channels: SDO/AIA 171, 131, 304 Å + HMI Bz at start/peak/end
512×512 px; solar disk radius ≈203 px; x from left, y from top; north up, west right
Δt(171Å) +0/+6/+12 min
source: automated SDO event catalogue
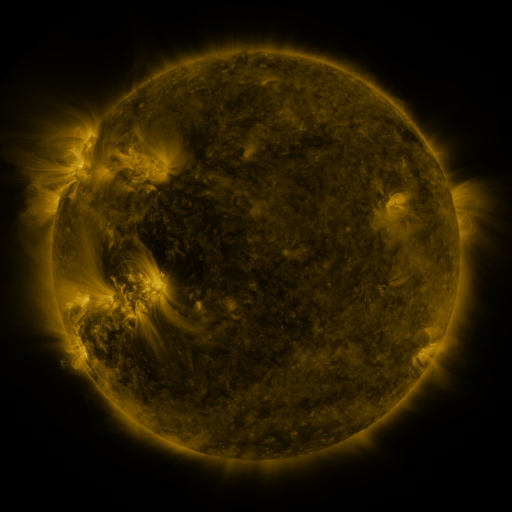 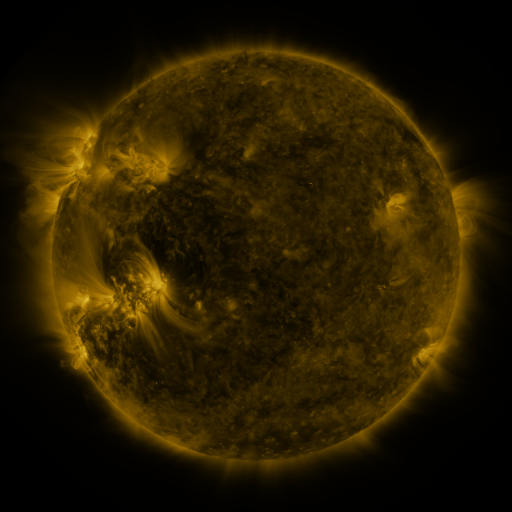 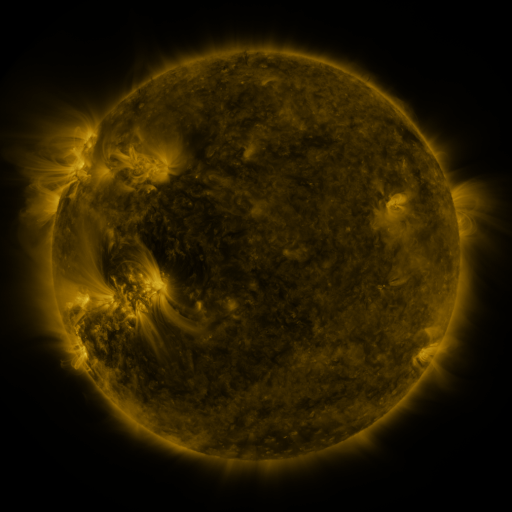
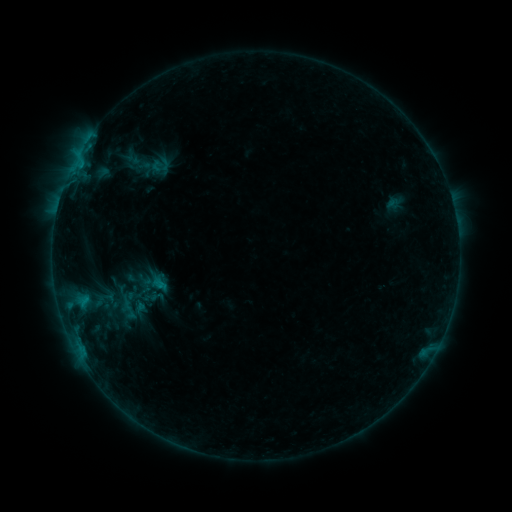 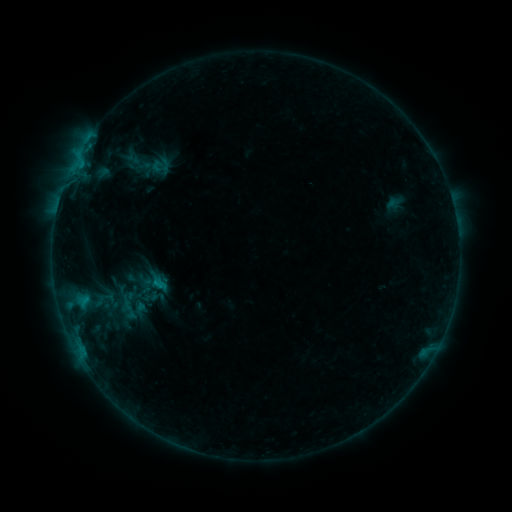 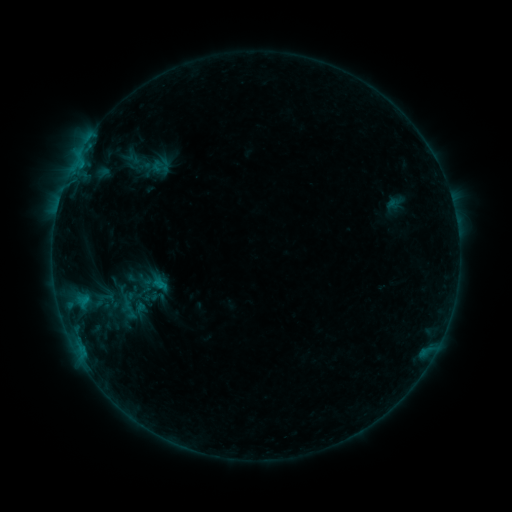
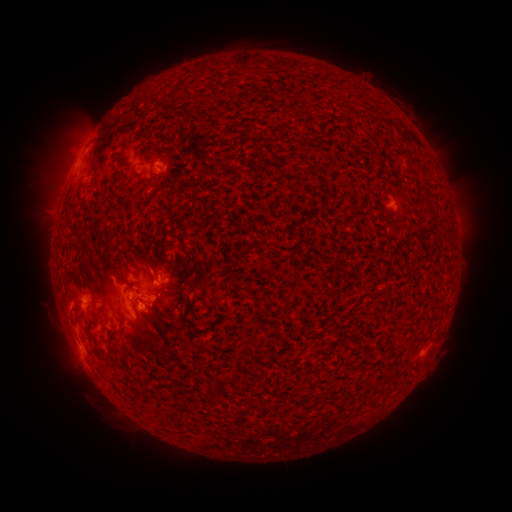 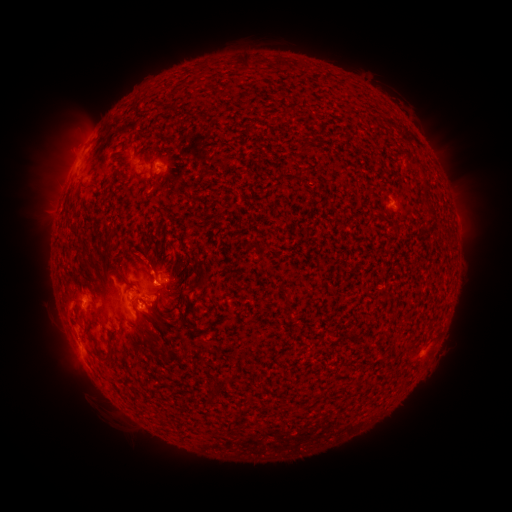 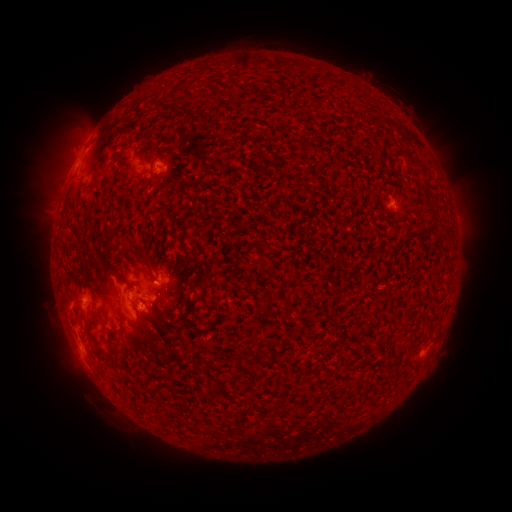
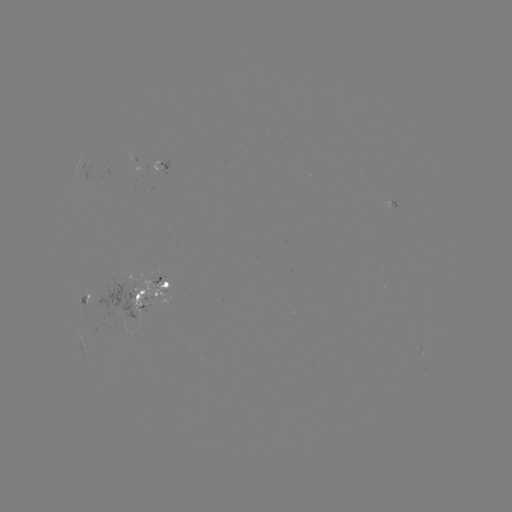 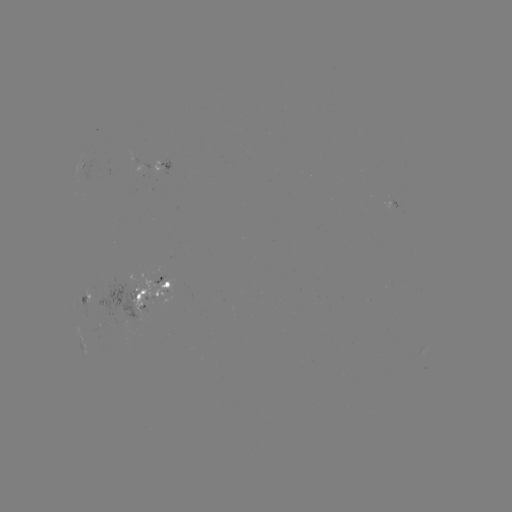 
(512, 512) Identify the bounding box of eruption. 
[118, 229, 174, 290].